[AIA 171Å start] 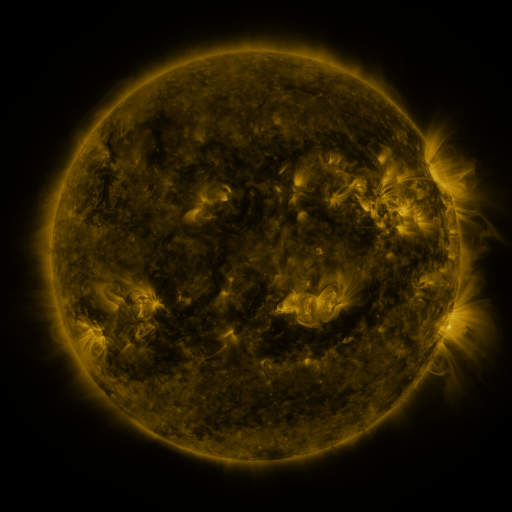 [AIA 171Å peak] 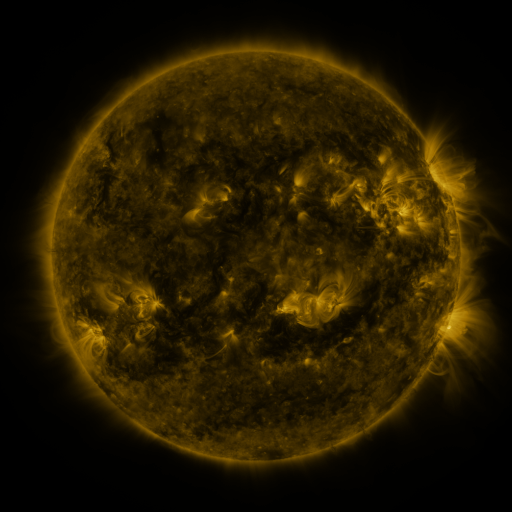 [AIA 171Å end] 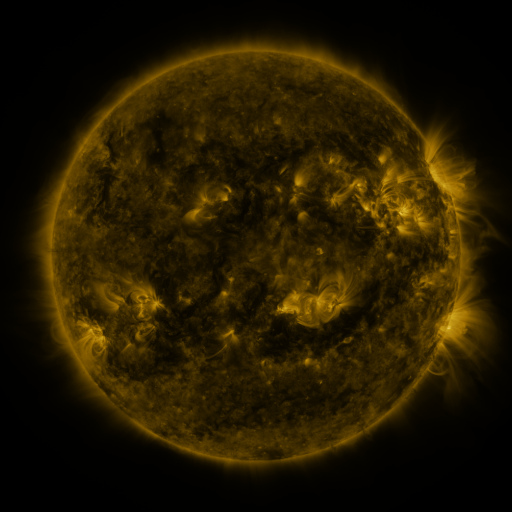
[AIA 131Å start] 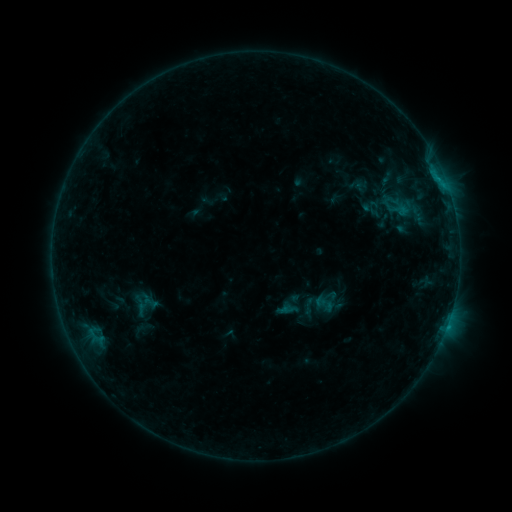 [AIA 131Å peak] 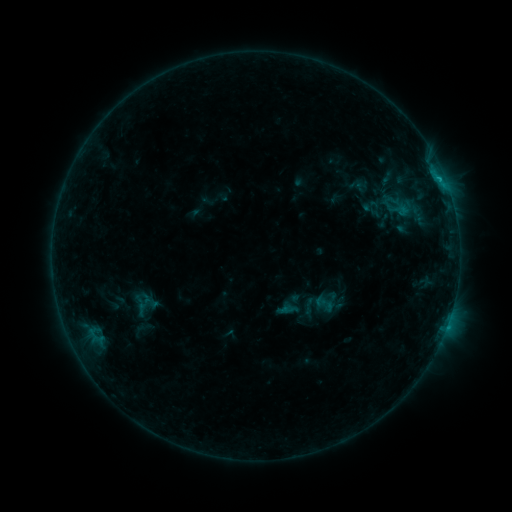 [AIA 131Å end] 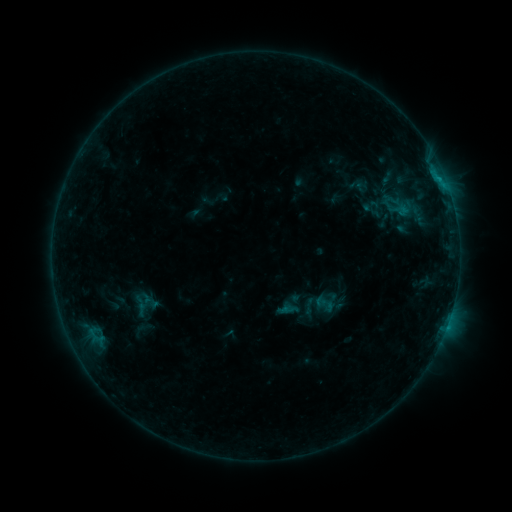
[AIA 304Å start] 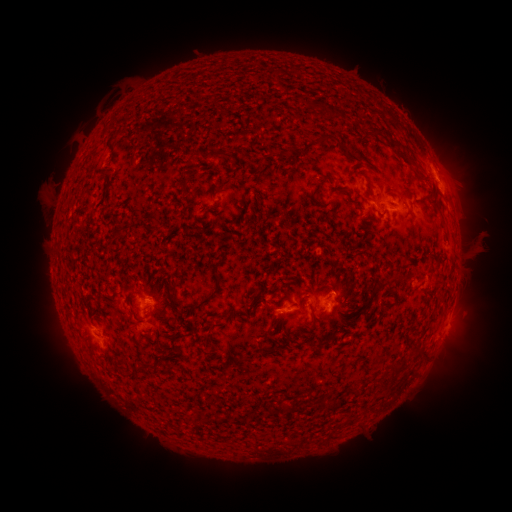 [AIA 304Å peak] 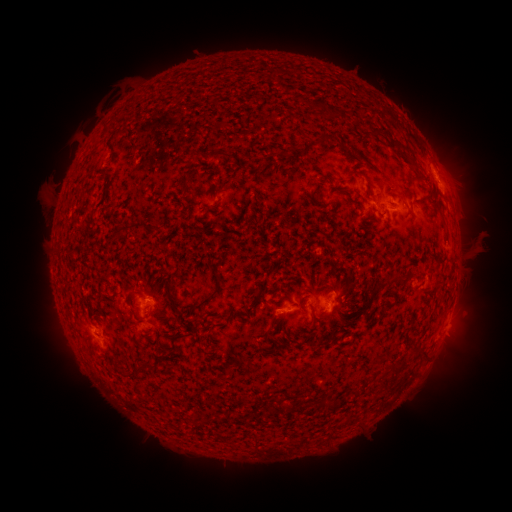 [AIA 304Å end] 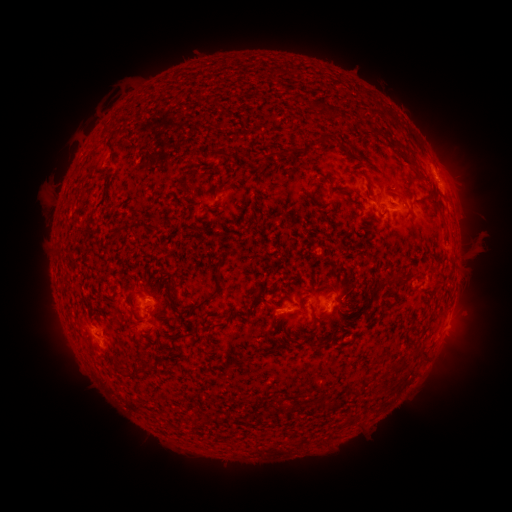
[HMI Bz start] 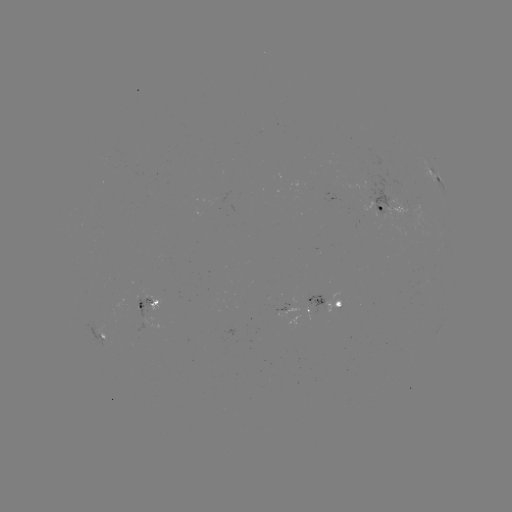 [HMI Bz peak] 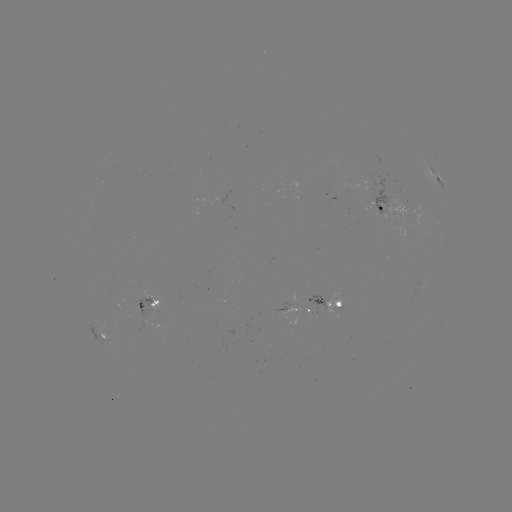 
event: flare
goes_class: B5.2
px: (439, 181)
